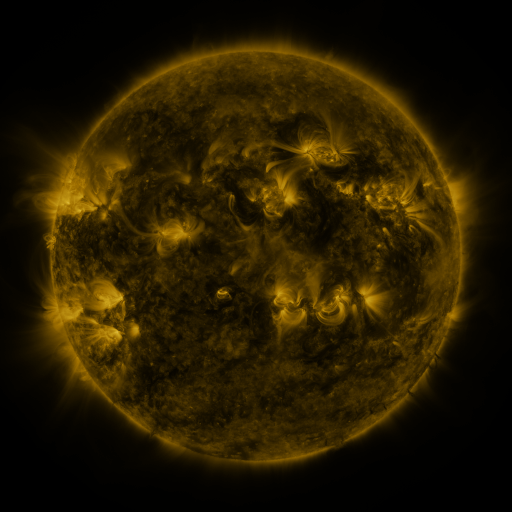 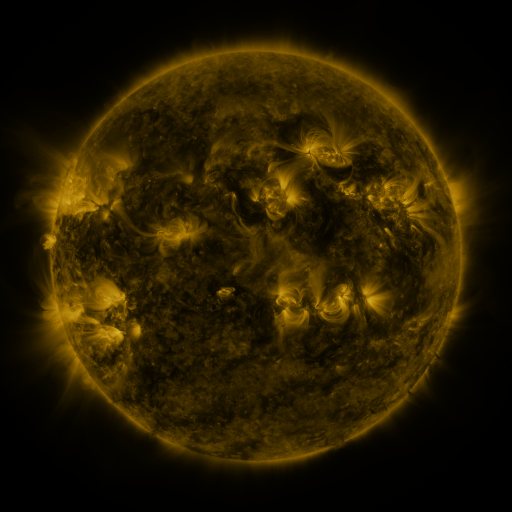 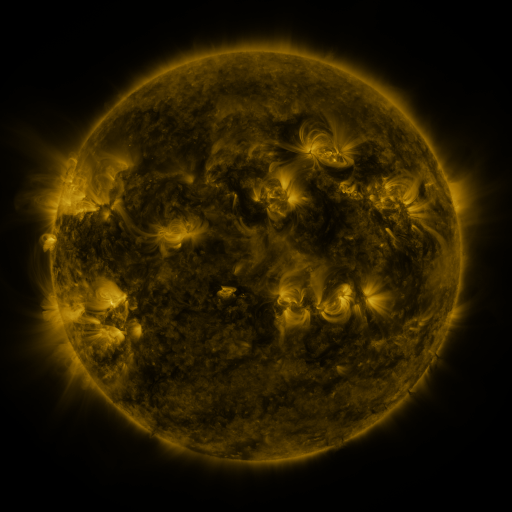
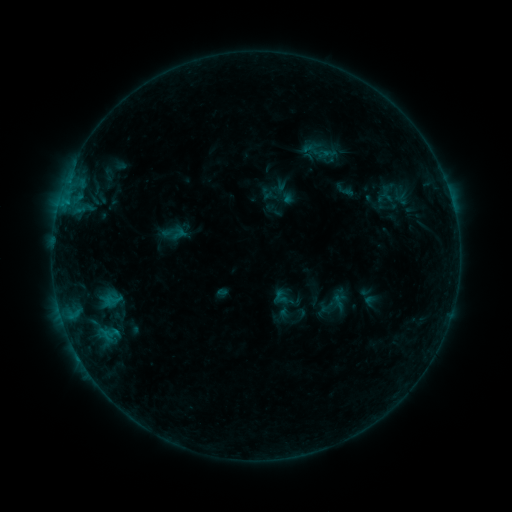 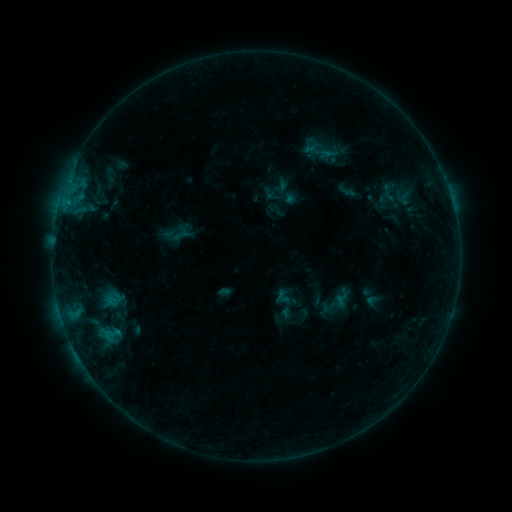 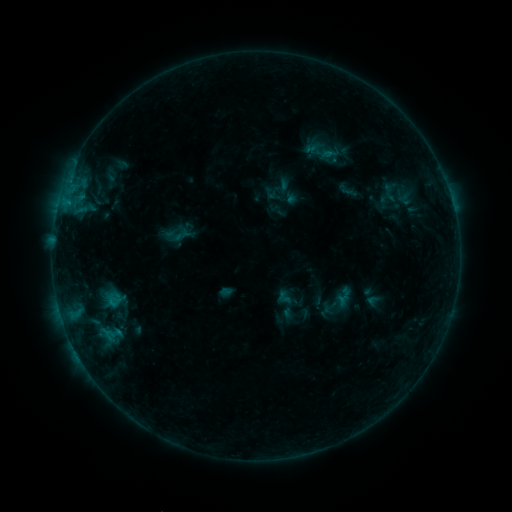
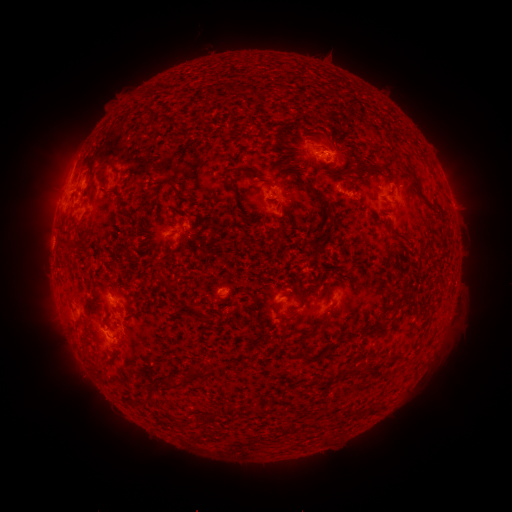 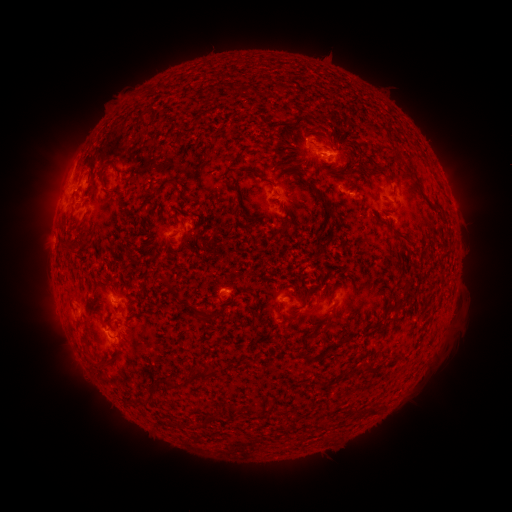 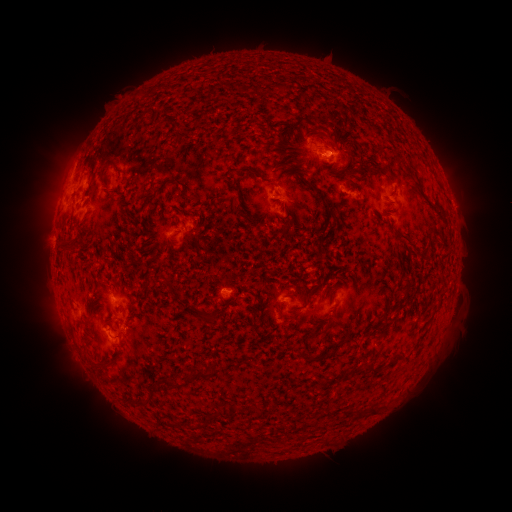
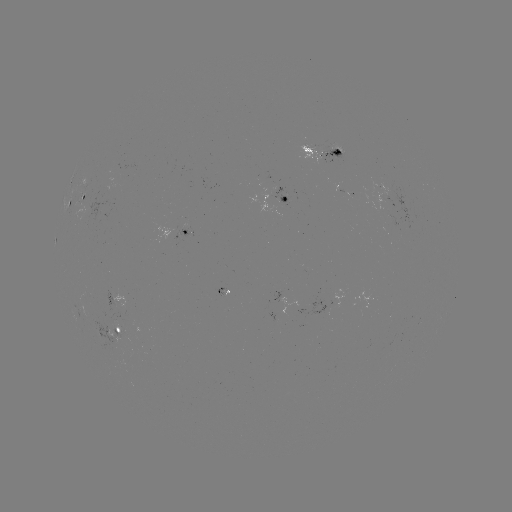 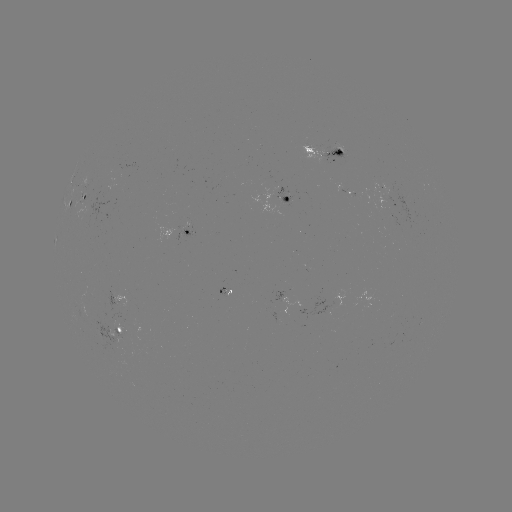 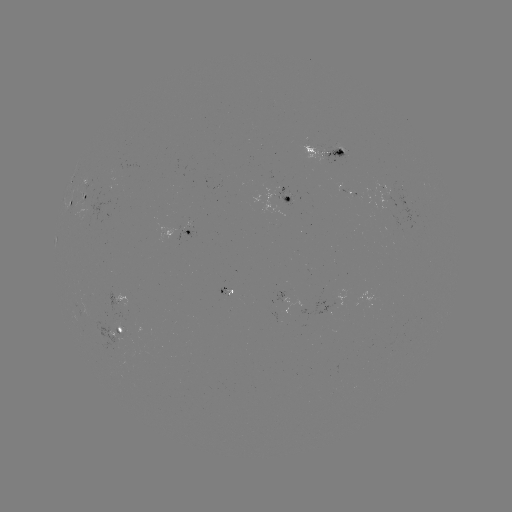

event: emerging-flux region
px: (106, 193)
